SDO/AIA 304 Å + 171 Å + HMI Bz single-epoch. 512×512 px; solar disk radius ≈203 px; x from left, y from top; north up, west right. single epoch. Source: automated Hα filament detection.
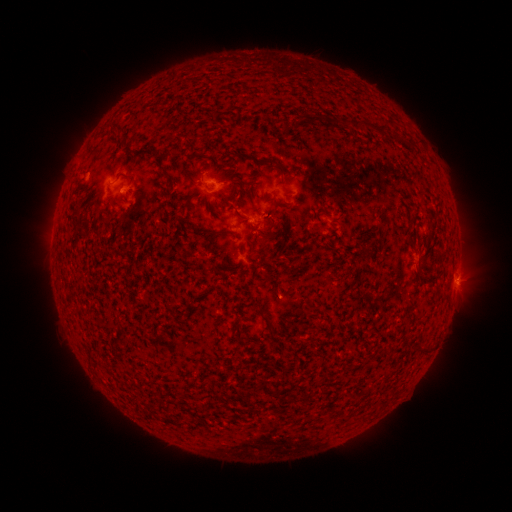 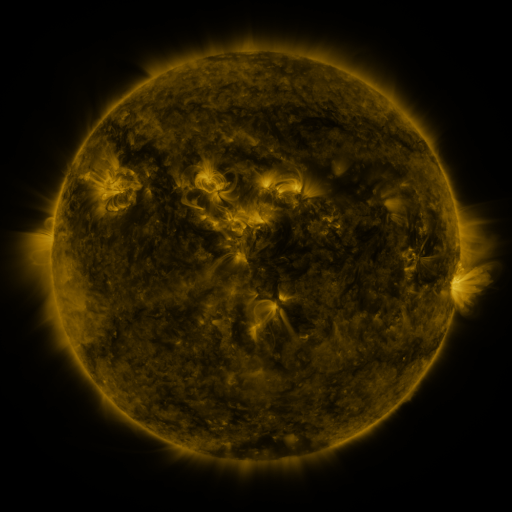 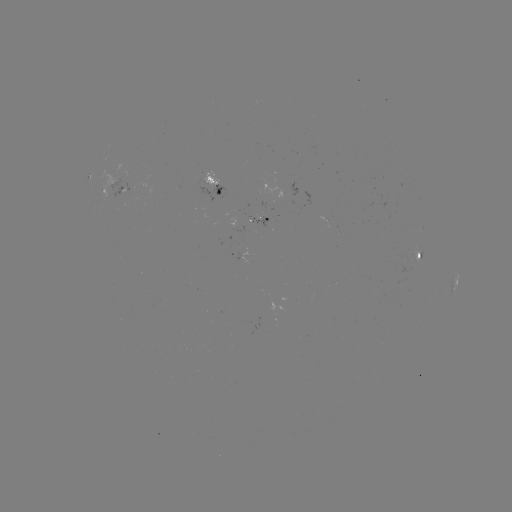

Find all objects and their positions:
filament: (382, 130)
filament: (128, 149)
filament: (272, 163)
filament: (240, 184)
filament: (241, 217)
filament: (211, 234)
filament: (266, 235)
filament: (417, 276)
filament: (188, 410)
